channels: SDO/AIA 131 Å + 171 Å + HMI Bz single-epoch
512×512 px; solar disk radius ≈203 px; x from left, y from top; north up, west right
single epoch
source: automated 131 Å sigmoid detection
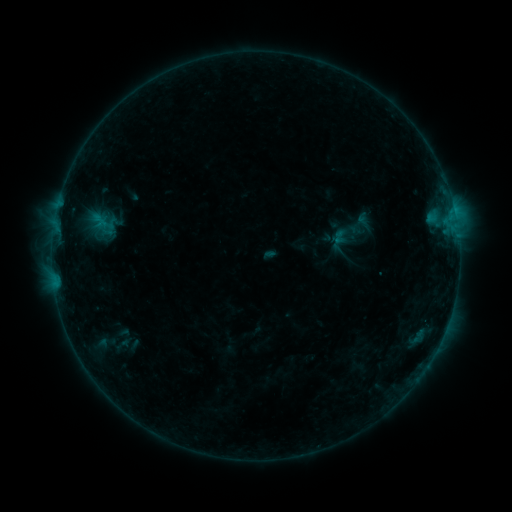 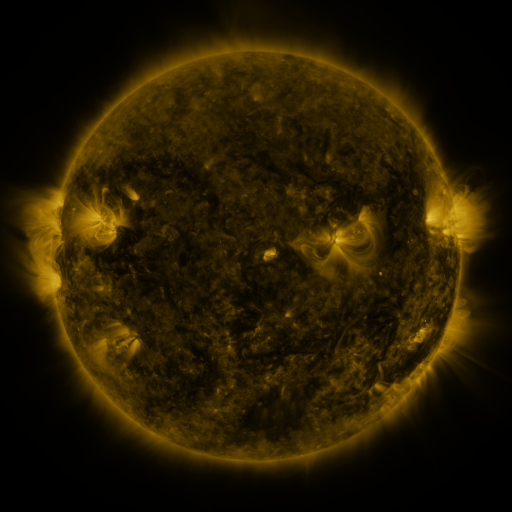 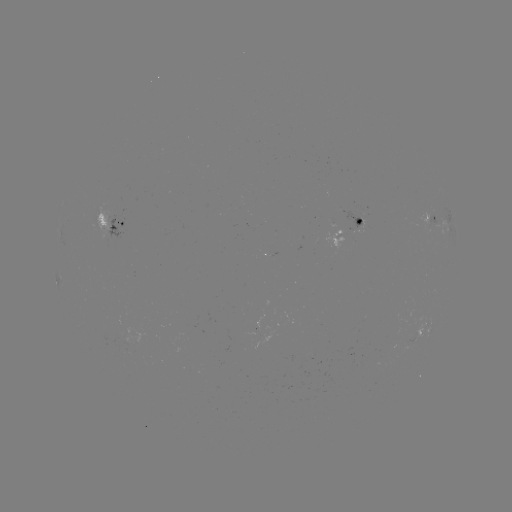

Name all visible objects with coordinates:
sigmoid: [330, 220, 360, 246]
